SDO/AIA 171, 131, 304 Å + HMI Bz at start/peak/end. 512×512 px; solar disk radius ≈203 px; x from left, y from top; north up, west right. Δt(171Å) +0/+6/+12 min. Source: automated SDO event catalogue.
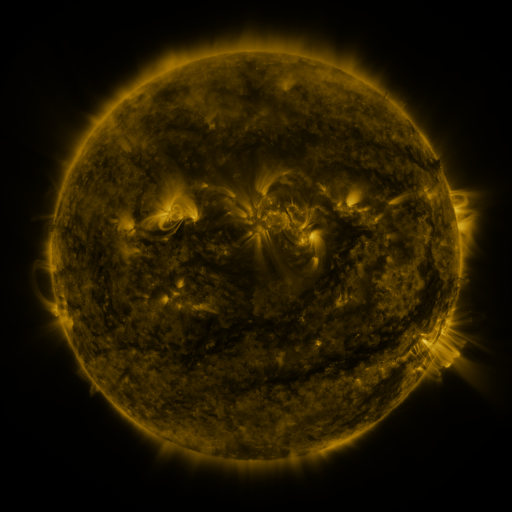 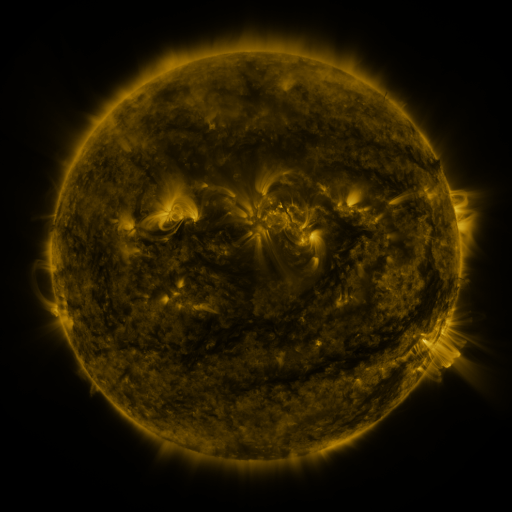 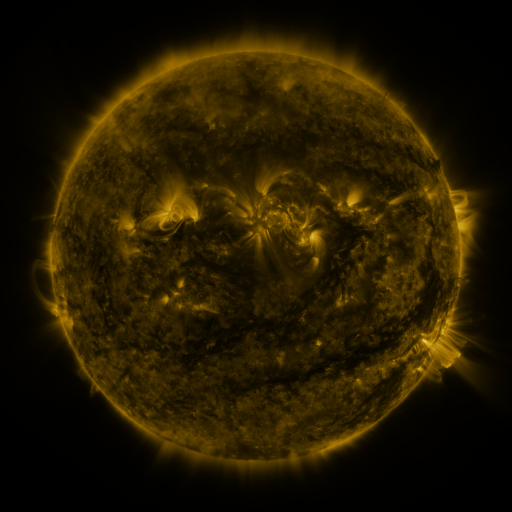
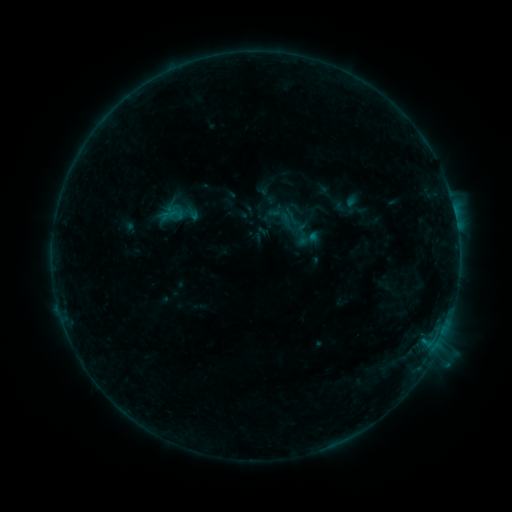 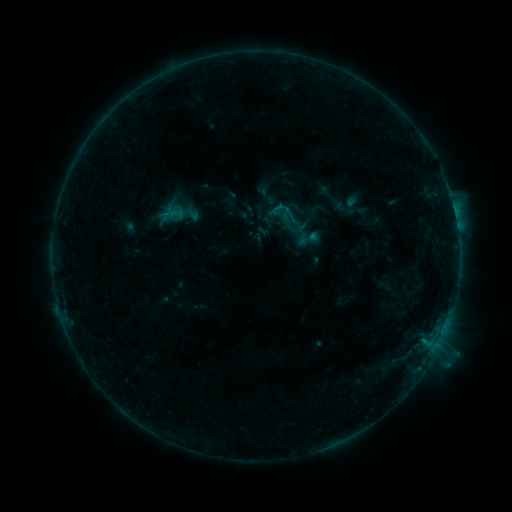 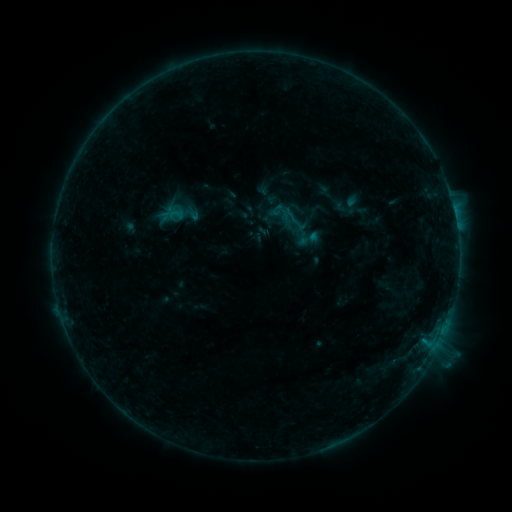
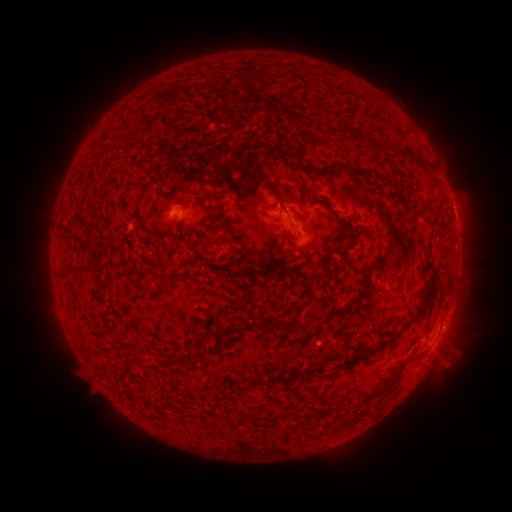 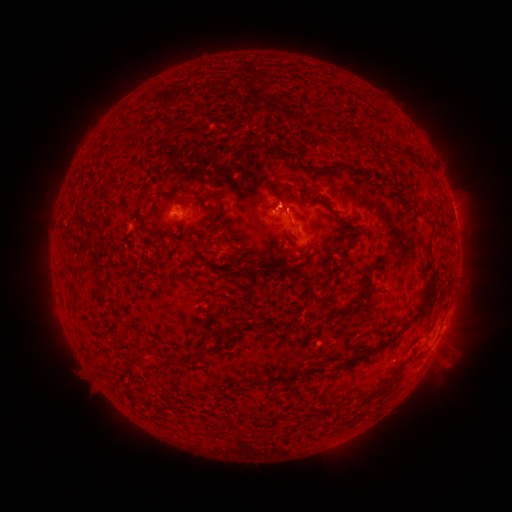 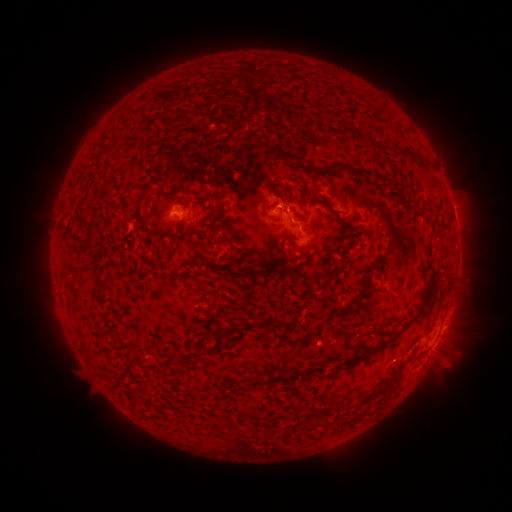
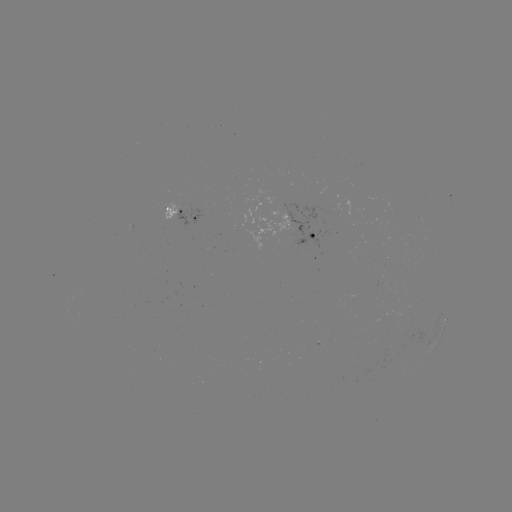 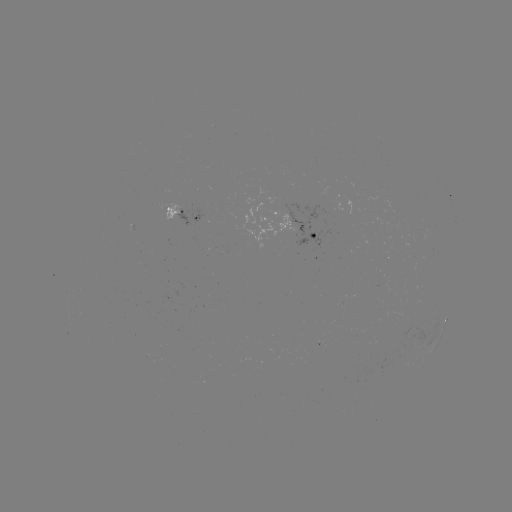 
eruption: [257, 177, 300, 221]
